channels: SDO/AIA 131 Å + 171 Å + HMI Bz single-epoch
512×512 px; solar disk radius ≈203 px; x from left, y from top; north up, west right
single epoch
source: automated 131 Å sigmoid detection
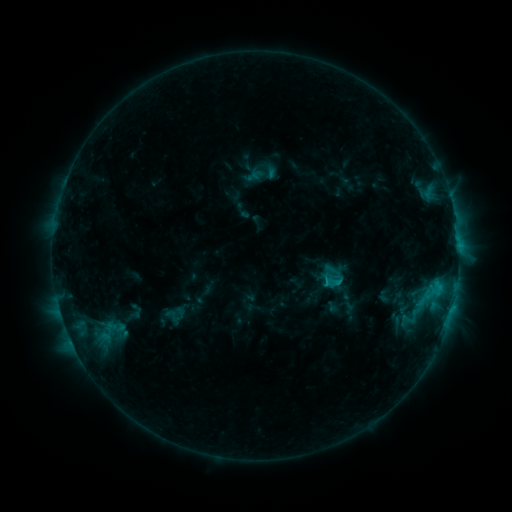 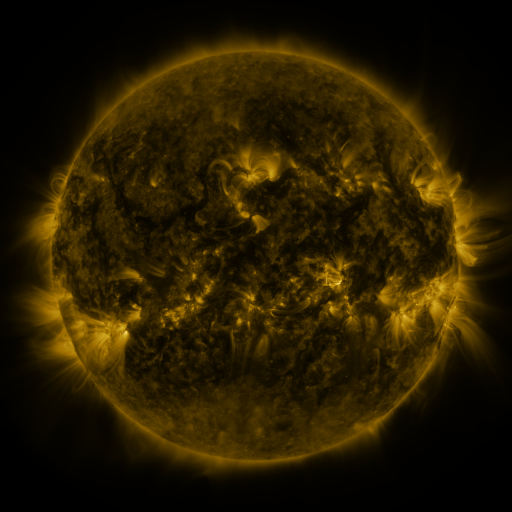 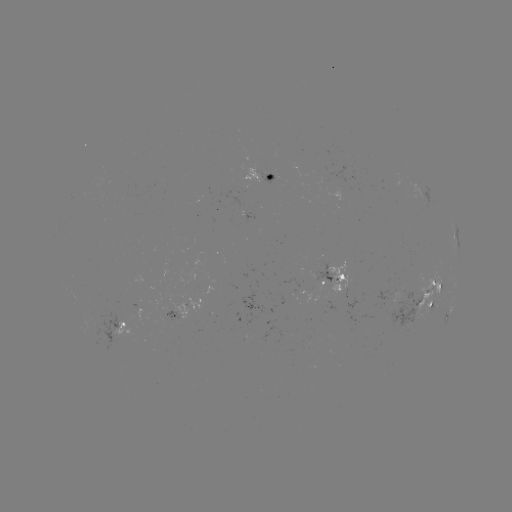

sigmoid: (161, 307, 183, 324)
